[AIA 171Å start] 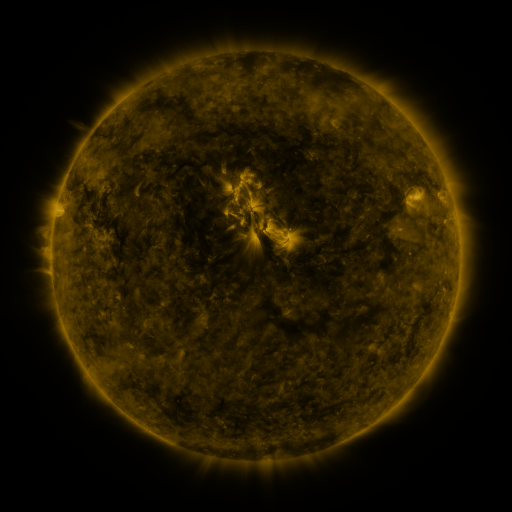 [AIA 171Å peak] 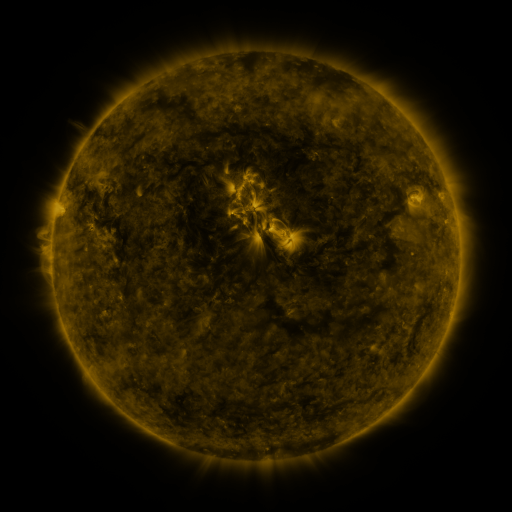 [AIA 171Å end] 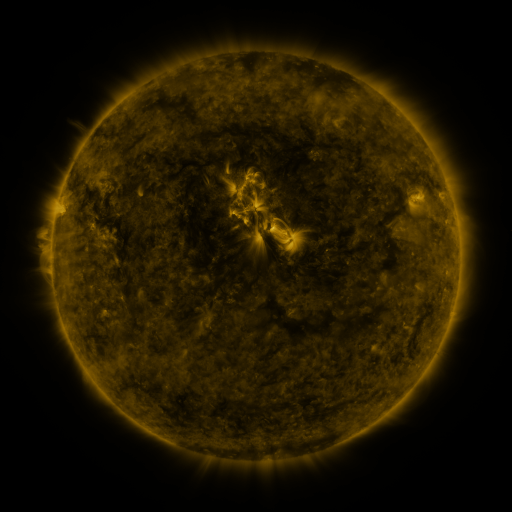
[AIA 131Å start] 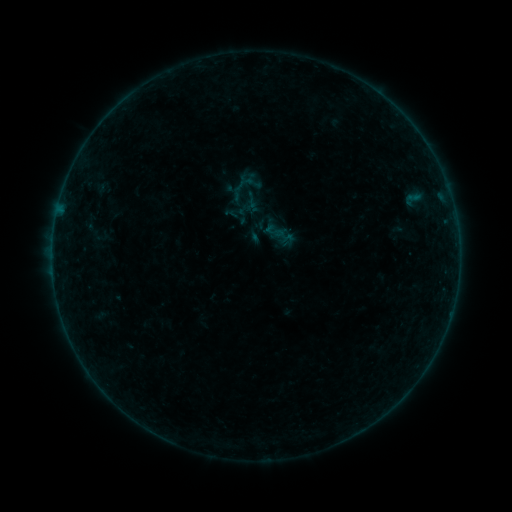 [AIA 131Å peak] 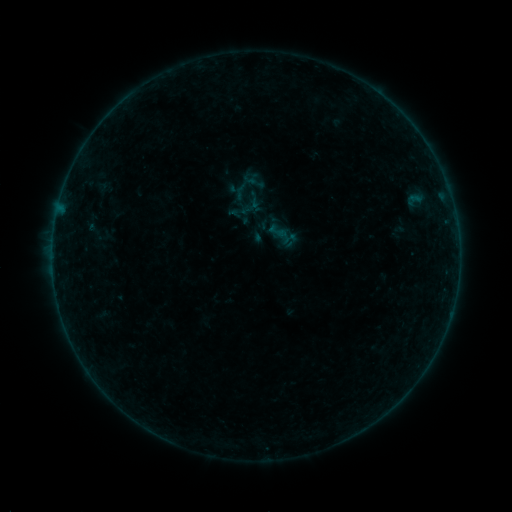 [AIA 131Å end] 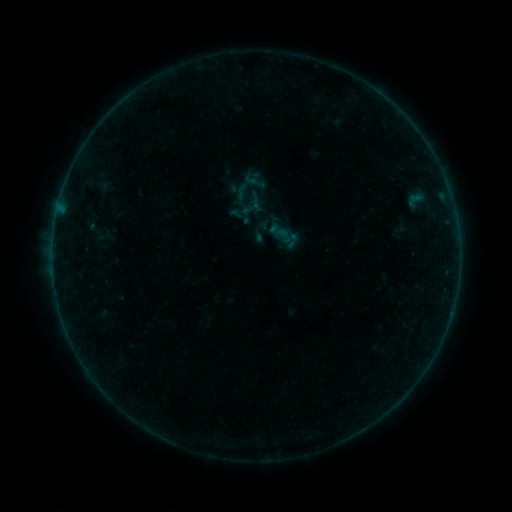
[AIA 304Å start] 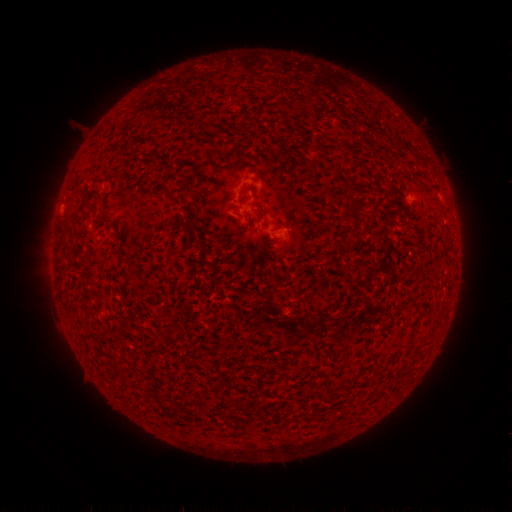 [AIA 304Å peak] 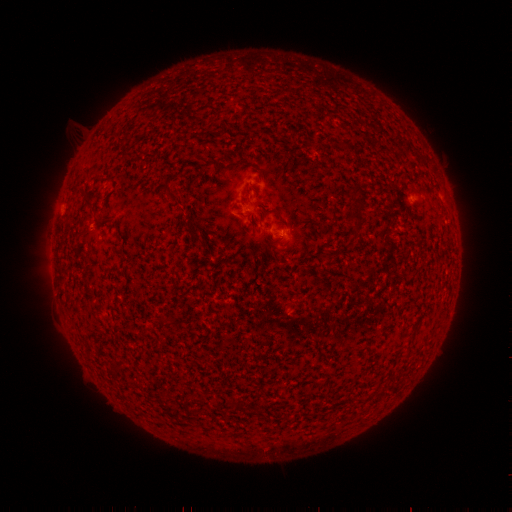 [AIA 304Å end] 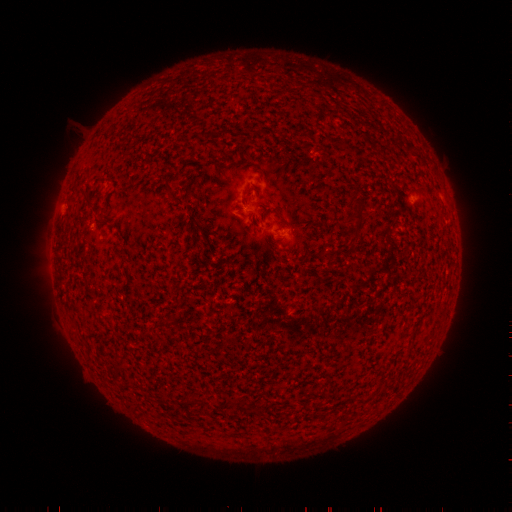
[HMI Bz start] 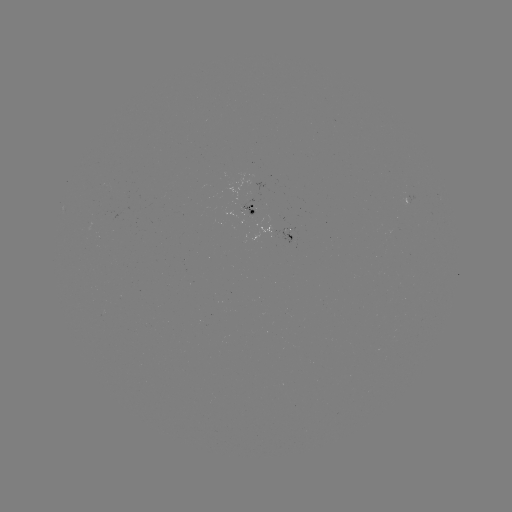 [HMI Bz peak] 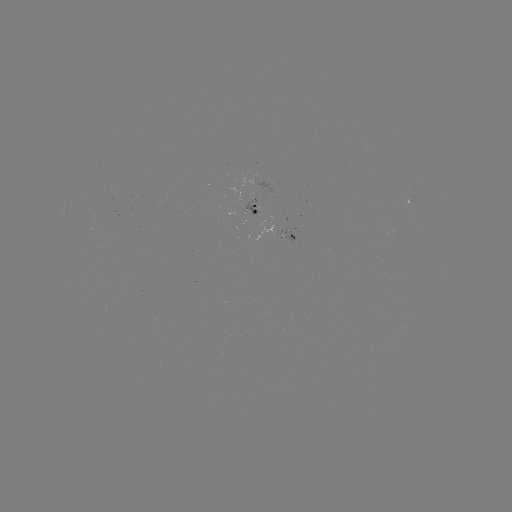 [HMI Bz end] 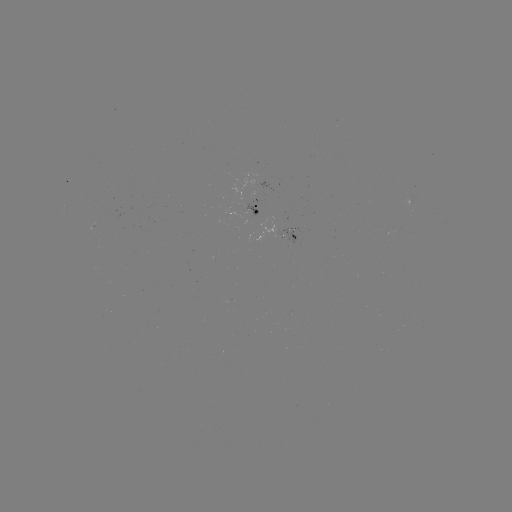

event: emerging-flux region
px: (94, 223)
